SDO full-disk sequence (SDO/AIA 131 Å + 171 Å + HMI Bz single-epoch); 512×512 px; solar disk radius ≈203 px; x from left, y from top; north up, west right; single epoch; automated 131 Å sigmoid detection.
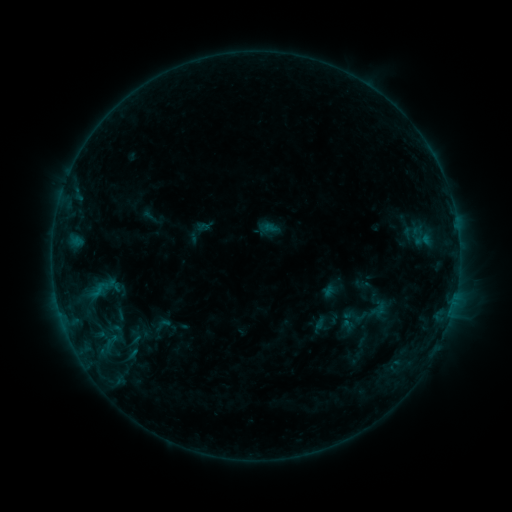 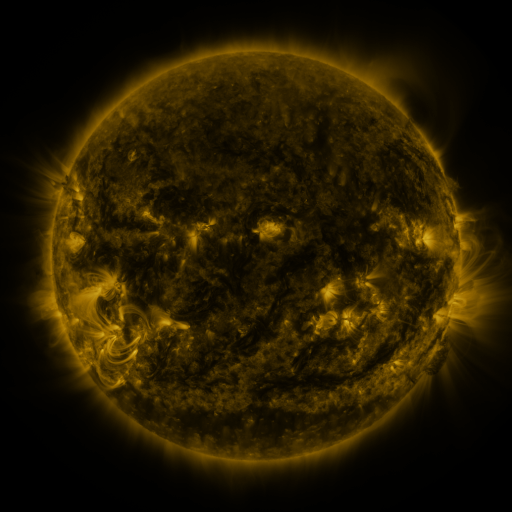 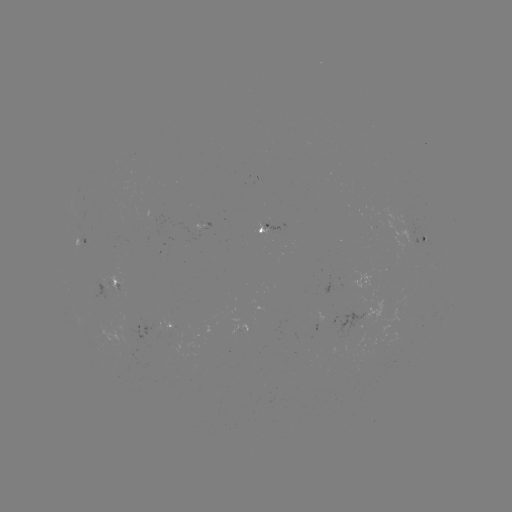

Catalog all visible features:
sigmoid: (87, 279, 111, 302)
sigmoid: (354, 292, 392, 331)
sigmoid: (151, 315, 174, 334)
